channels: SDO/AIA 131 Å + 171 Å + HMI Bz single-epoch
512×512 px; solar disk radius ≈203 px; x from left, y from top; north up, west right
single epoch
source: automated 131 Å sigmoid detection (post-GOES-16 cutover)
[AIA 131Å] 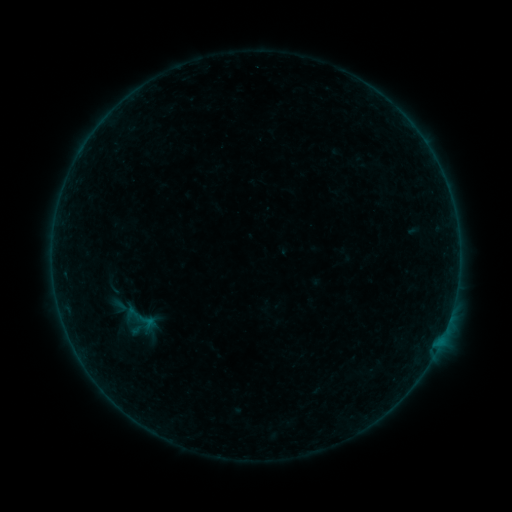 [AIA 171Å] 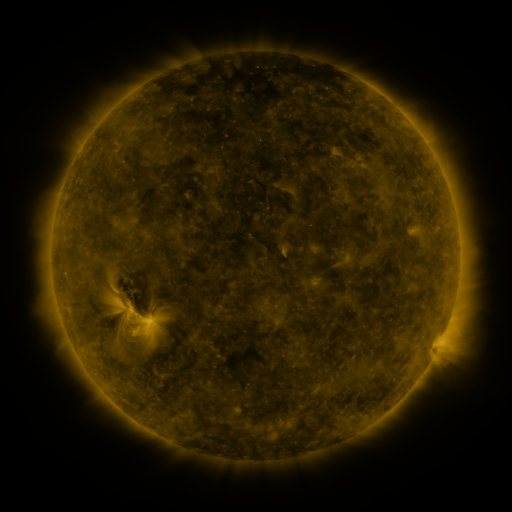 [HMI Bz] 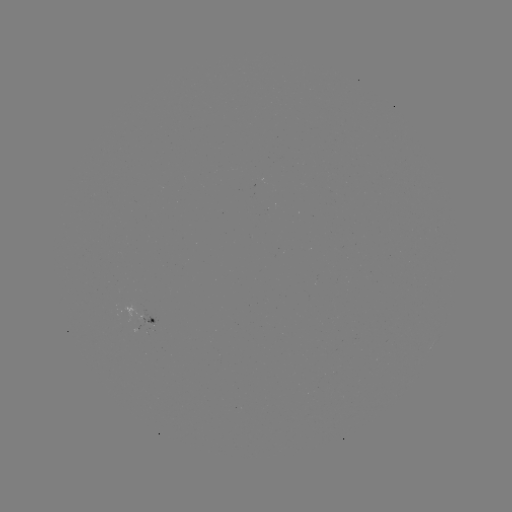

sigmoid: [111, 297, 131, 316]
